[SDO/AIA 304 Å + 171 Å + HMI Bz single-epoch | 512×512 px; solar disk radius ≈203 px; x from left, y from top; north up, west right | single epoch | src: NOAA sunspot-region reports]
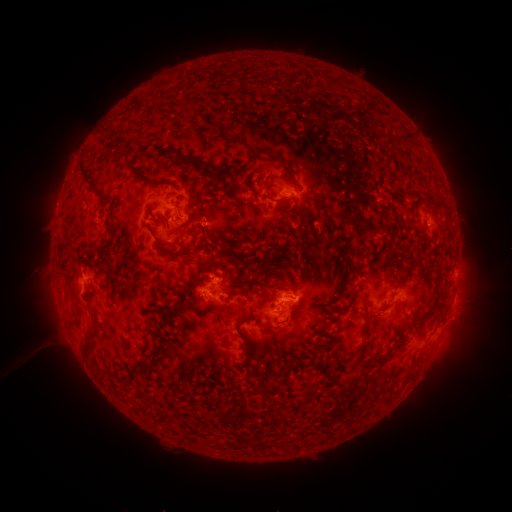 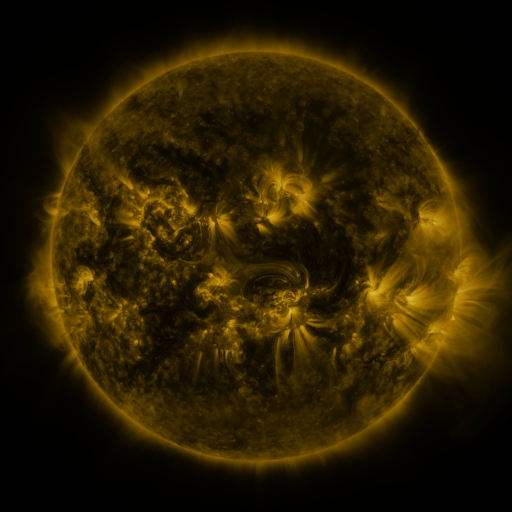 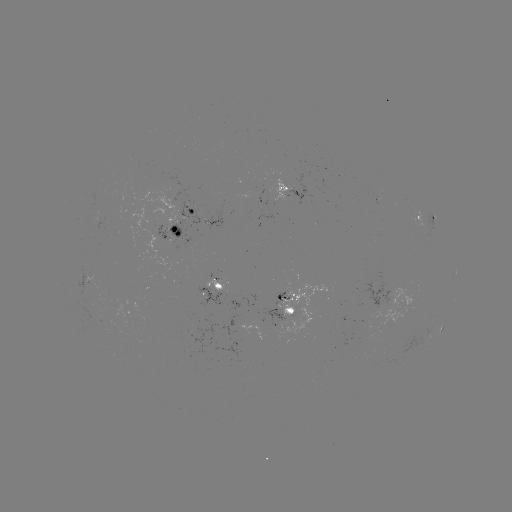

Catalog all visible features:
spotted active region: (289, 190)
spotted active region: (194, 210)
spotted active region: (426, 219)
spotted active region: (176, 228)
spotted active region: (88, 282)
spotted active region: (217, 285)
spotted active region: (453, 301)
spotted active region: (290, 306)
spotted active region: (442, 328)
